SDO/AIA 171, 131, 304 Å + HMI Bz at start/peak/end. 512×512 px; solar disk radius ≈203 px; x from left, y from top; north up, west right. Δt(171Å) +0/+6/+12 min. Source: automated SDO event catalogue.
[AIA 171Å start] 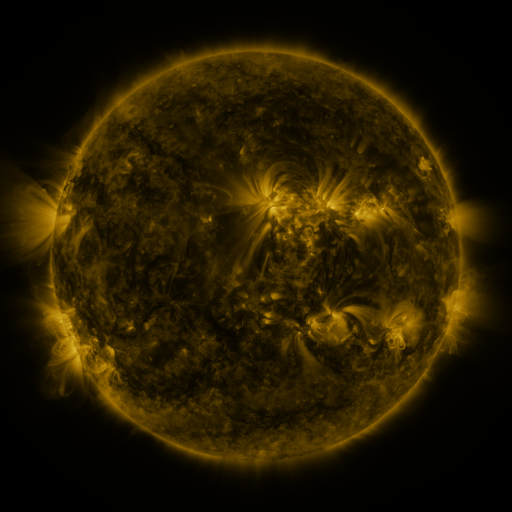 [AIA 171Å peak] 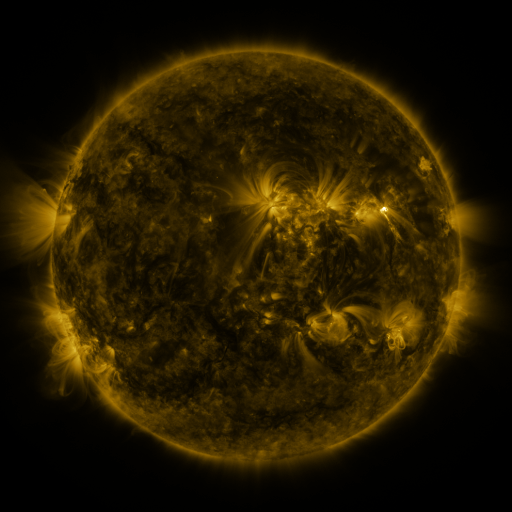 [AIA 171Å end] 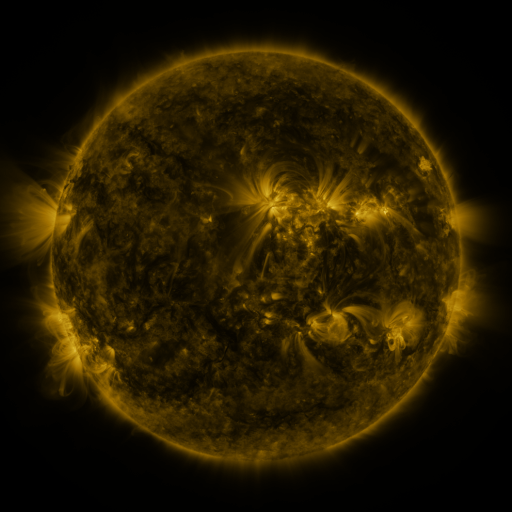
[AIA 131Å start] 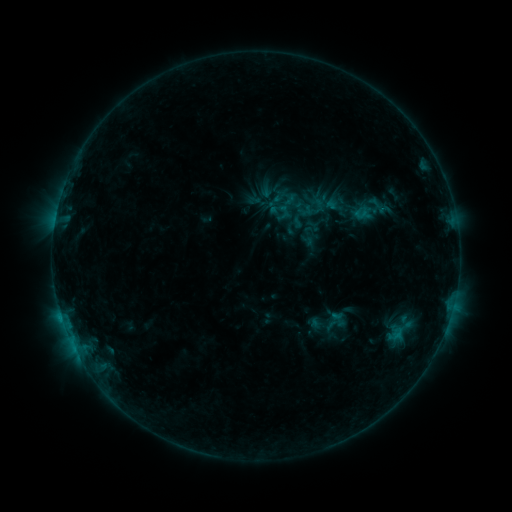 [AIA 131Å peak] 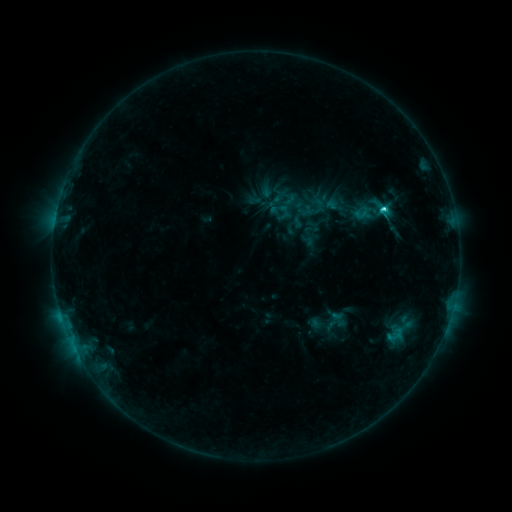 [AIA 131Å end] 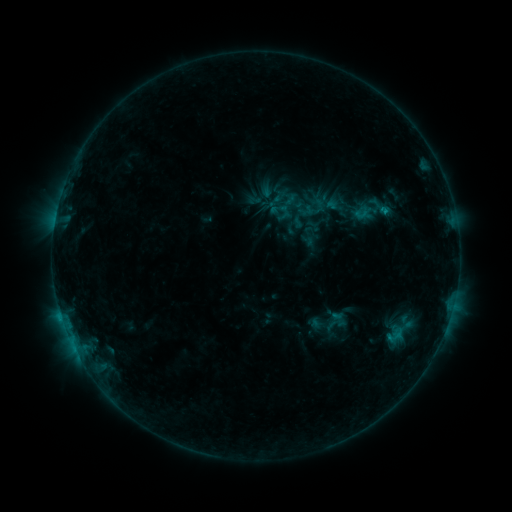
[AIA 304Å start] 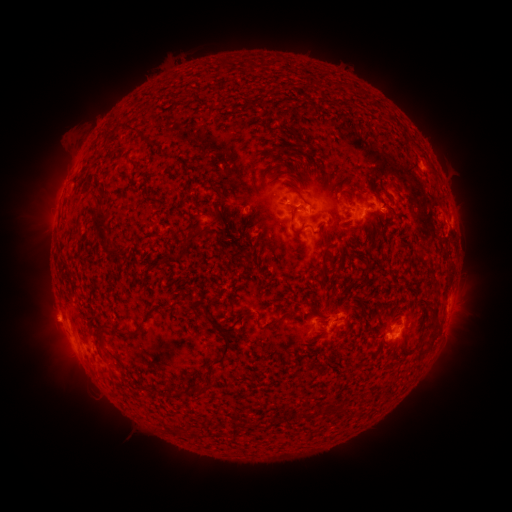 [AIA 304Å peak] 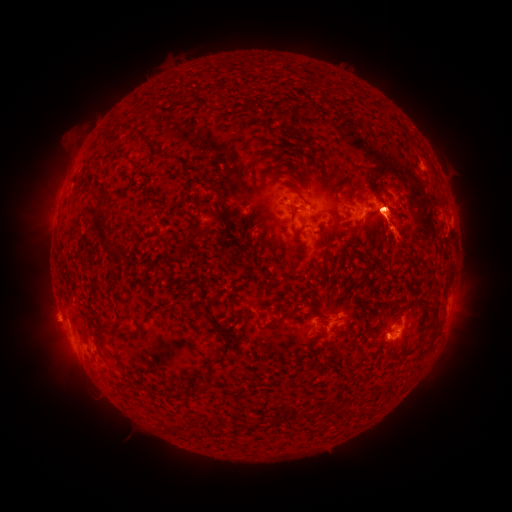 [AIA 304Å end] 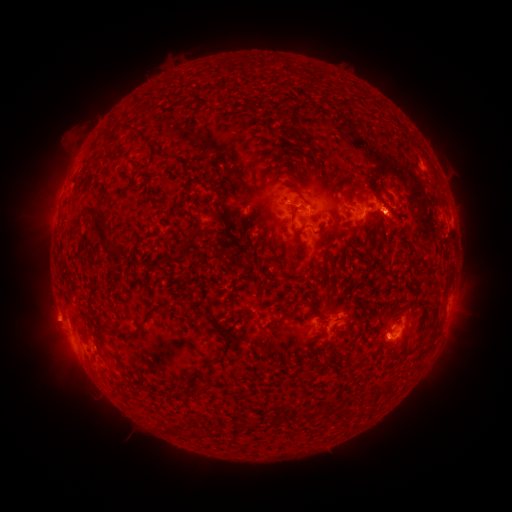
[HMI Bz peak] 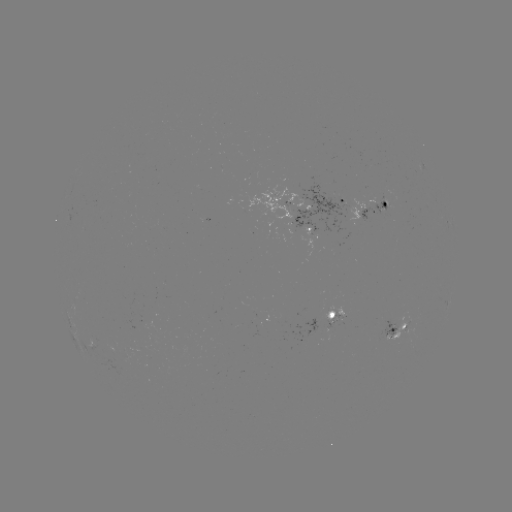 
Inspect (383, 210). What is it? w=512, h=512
C4.8 flare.